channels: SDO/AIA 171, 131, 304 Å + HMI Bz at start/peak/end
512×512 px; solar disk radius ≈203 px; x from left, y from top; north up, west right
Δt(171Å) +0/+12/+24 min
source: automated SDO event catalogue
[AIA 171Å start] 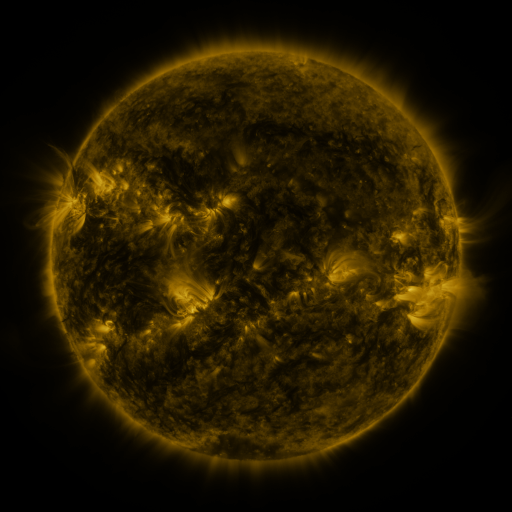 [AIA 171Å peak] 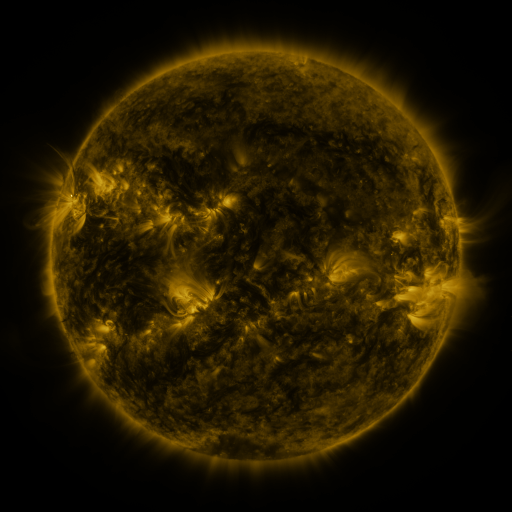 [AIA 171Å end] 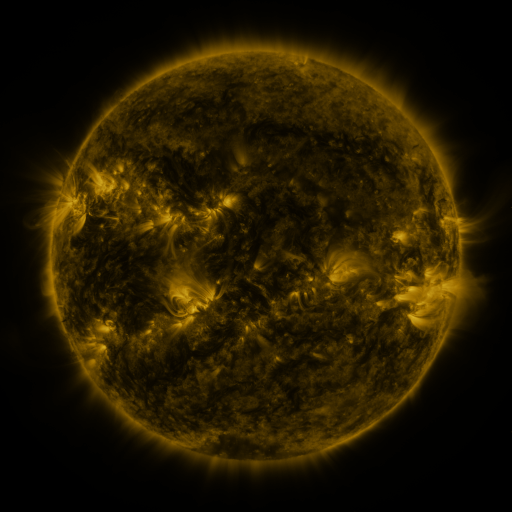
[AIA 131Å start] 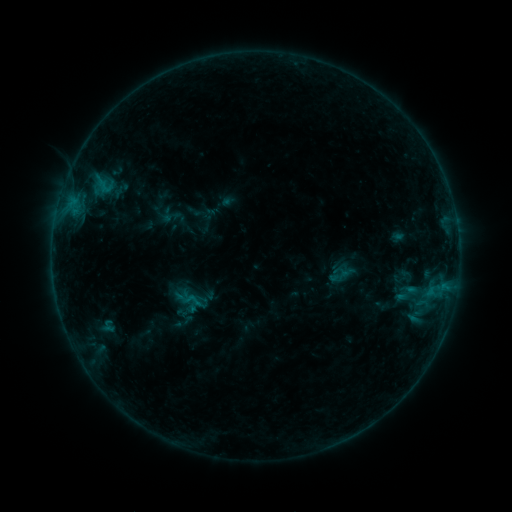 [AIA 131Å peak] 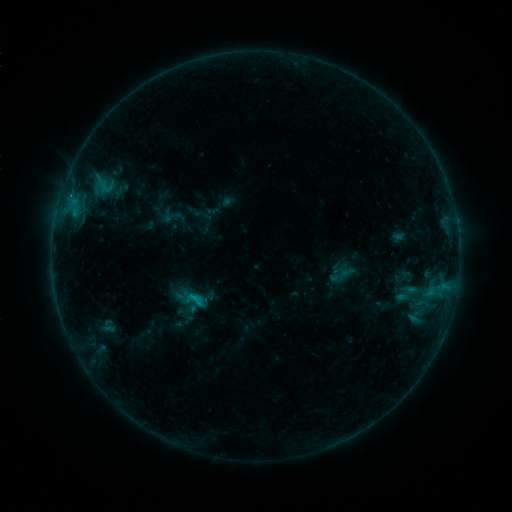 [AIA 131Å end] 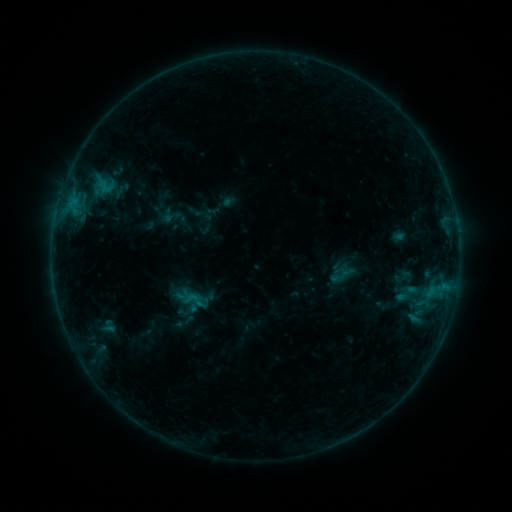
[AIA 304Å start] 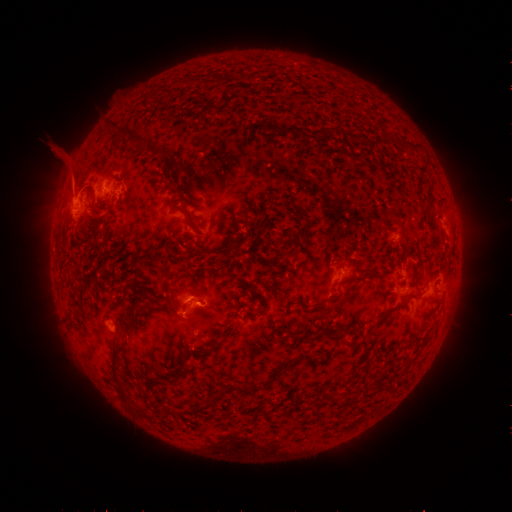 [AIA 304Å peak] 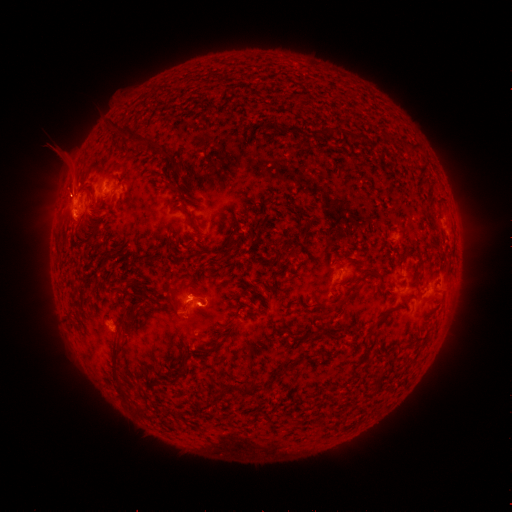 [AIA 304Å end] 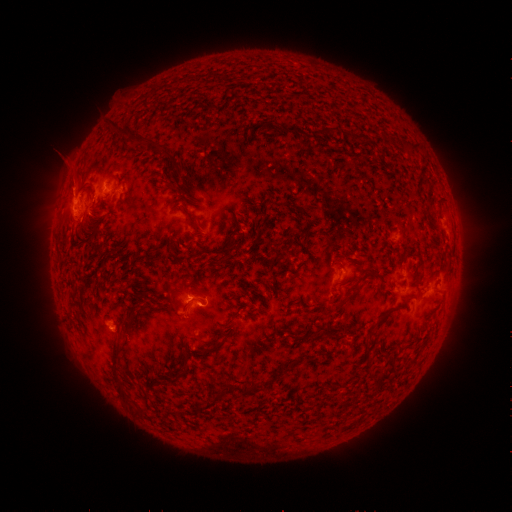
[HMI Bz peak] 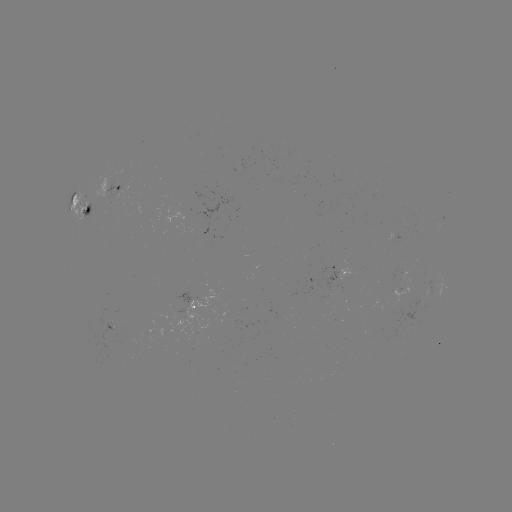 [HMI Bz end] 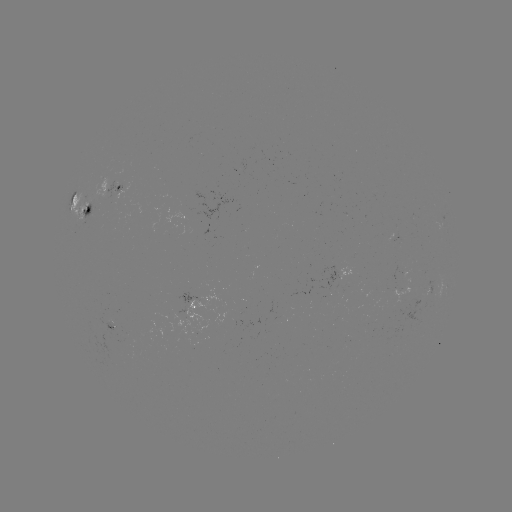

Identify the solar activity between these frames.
B9.0 flare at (197, 295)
